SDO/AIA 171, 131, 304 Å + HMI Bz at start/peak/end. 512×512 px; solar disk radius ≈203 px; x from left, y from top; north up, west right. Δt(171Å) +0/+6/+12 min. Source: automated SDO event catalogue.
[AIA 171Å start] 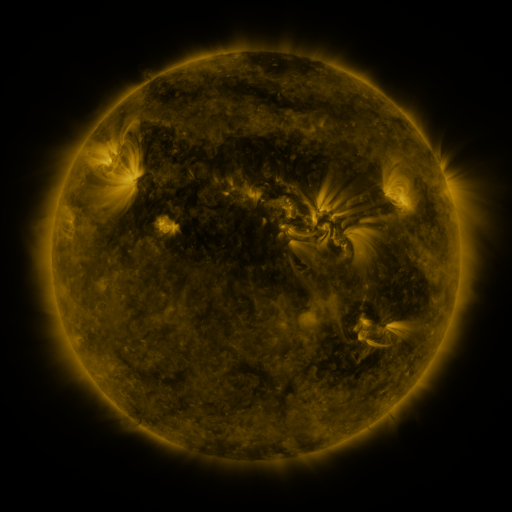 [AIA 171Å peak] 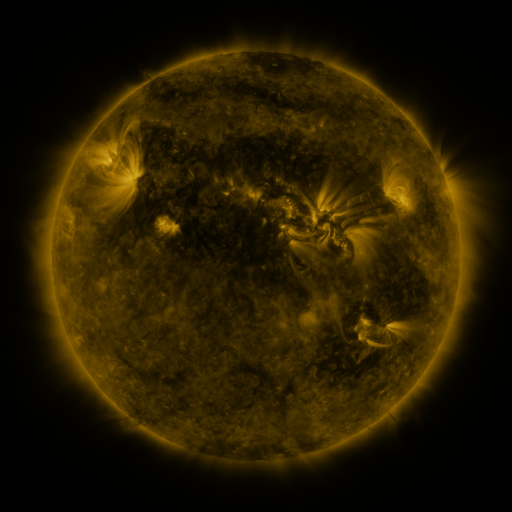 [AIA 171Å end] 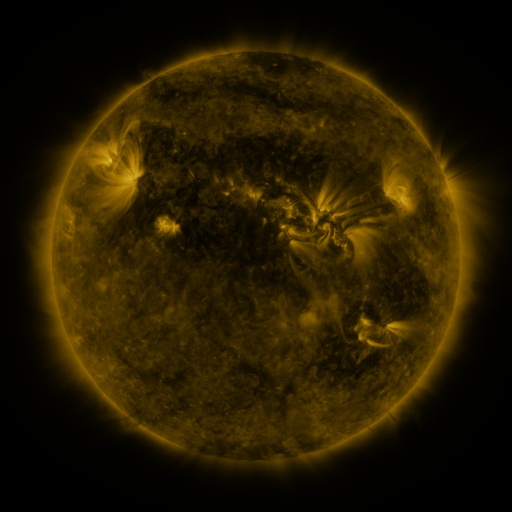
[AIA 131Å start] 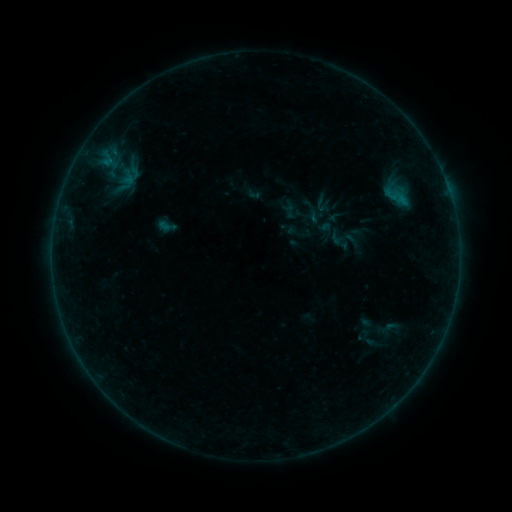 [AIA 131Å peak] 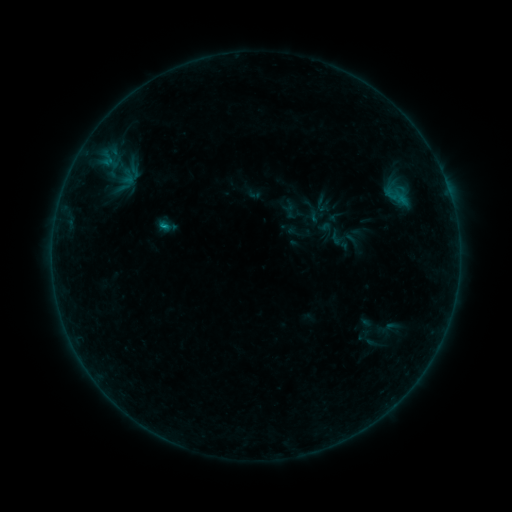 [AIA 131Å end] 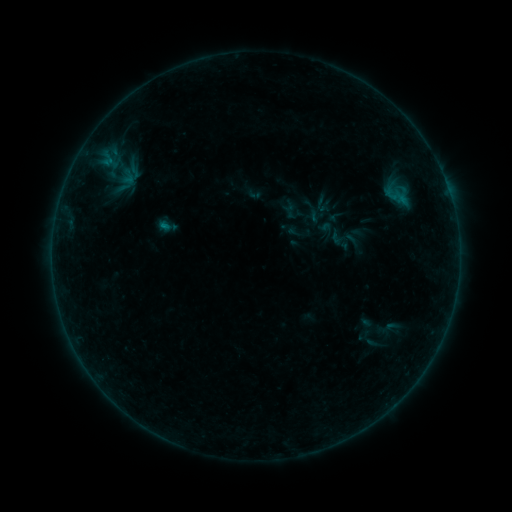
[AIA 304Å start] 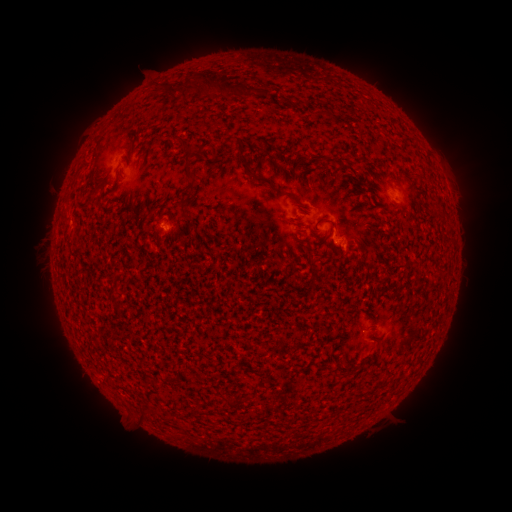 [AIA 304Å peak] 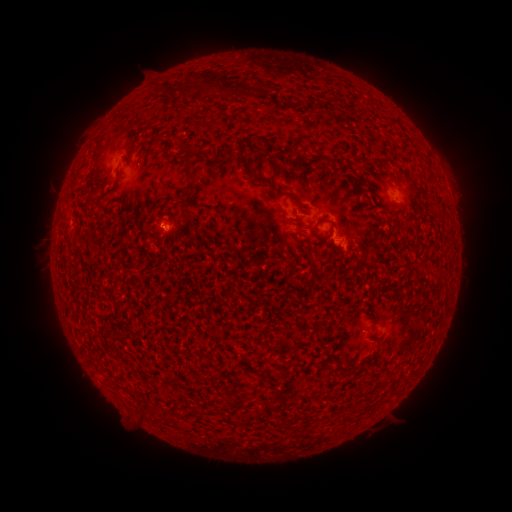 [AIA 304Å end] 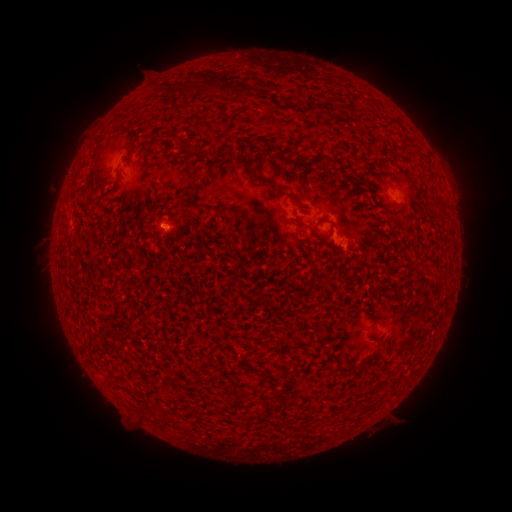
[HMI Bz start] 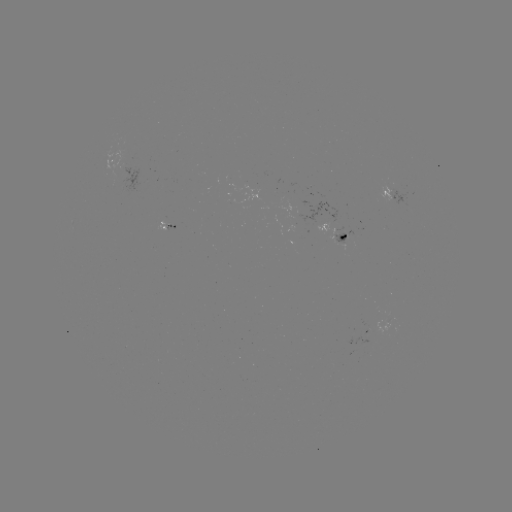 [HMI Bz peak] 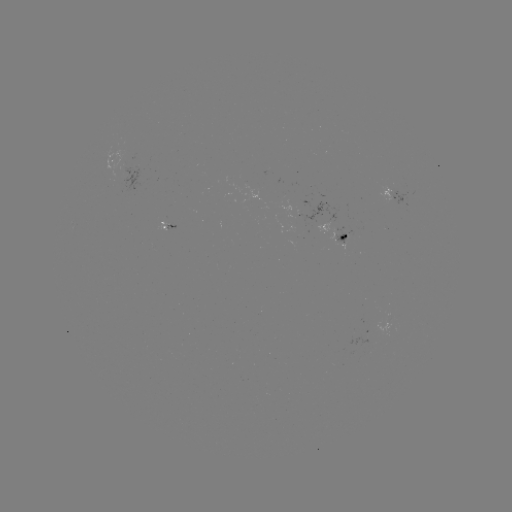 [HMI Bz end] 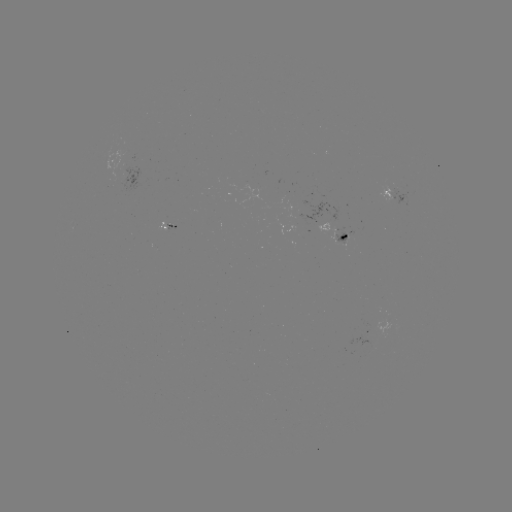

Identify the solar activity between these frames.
B2.5 flare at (403, 189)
